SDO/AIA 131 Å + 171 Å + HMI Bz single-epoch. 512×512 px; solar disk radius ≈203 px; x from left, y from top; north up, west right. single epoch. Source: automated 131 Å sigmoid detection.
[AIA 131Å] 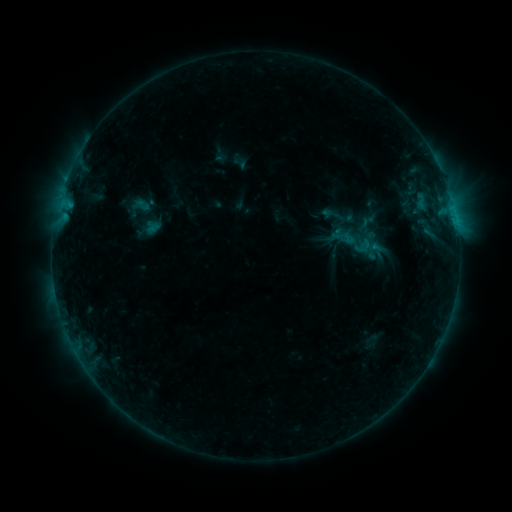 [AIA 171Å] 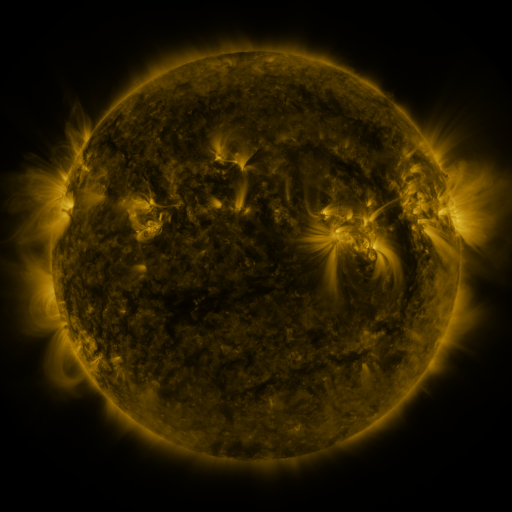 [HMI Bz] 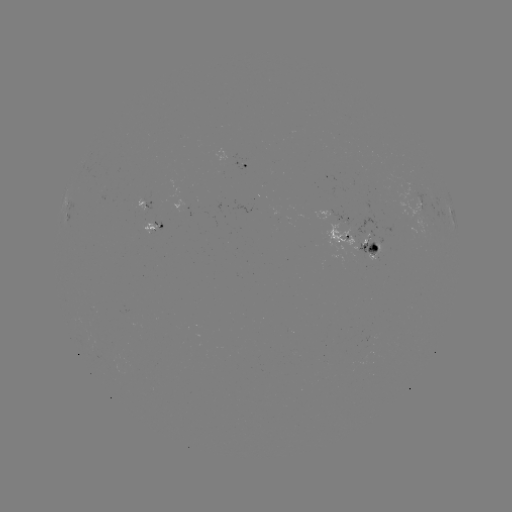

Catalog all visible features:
sigmoid: <bbox>318, 203, 350, 229</bbox>
